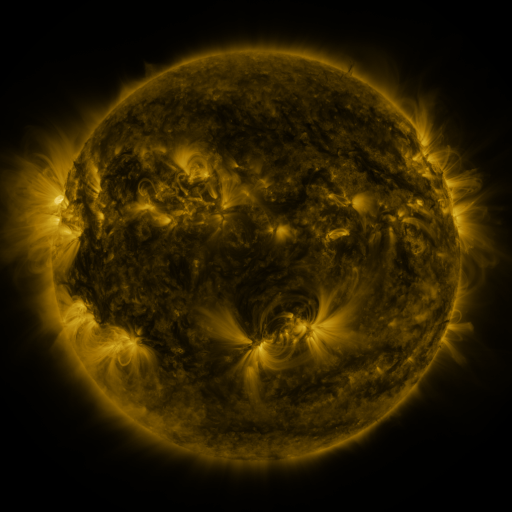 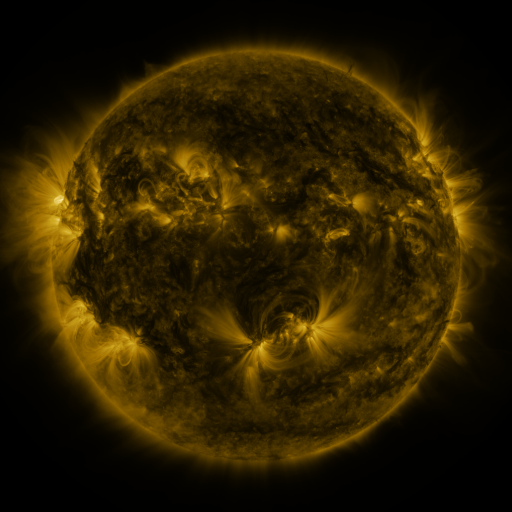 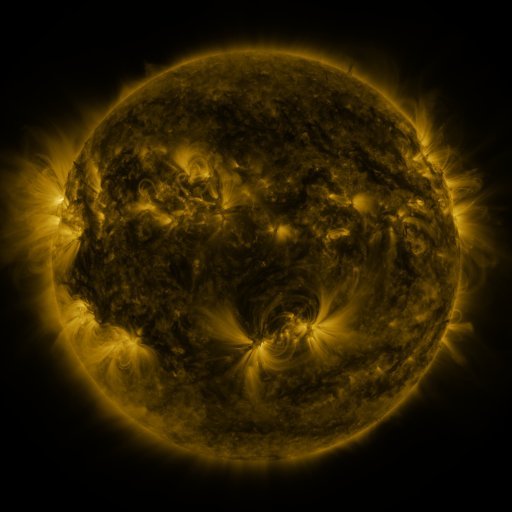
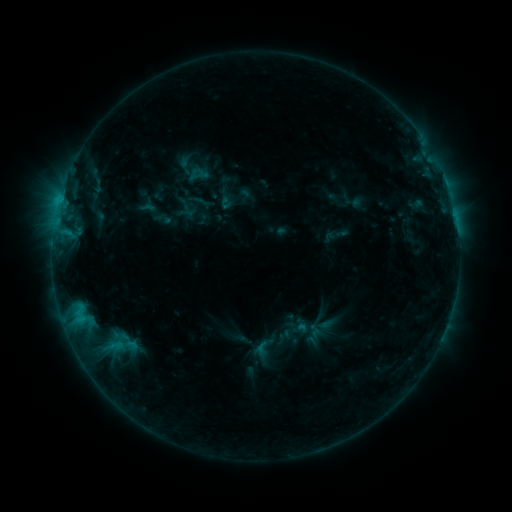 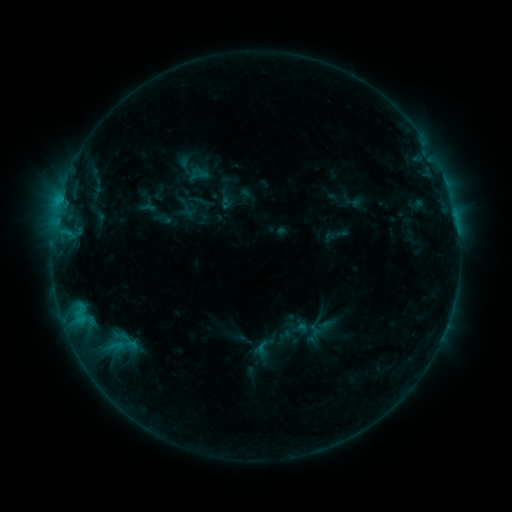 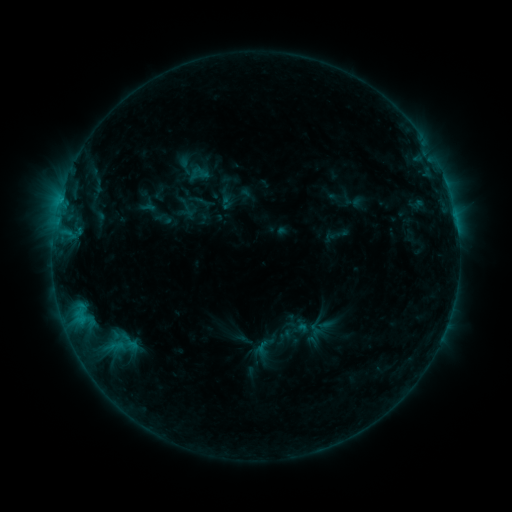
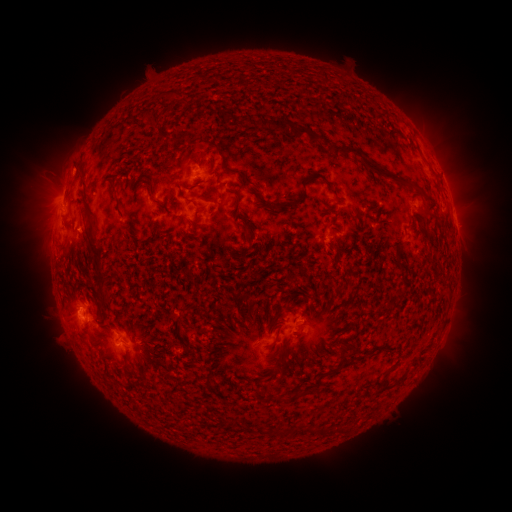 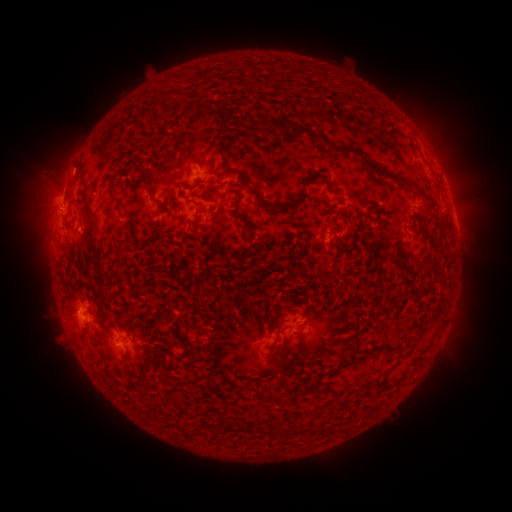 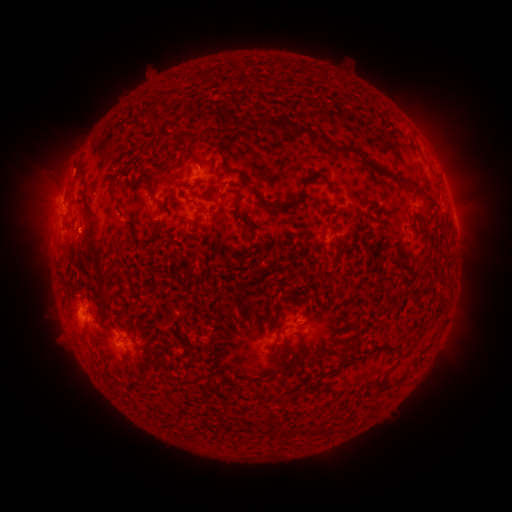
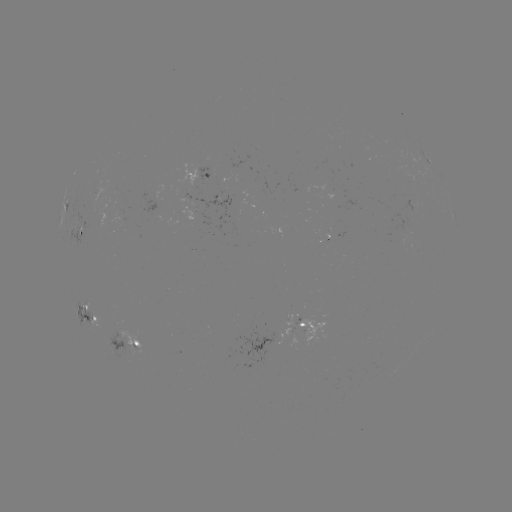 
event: eruption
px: (44, 207)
